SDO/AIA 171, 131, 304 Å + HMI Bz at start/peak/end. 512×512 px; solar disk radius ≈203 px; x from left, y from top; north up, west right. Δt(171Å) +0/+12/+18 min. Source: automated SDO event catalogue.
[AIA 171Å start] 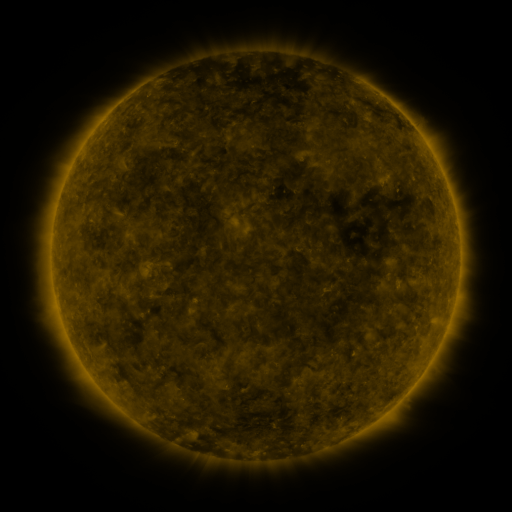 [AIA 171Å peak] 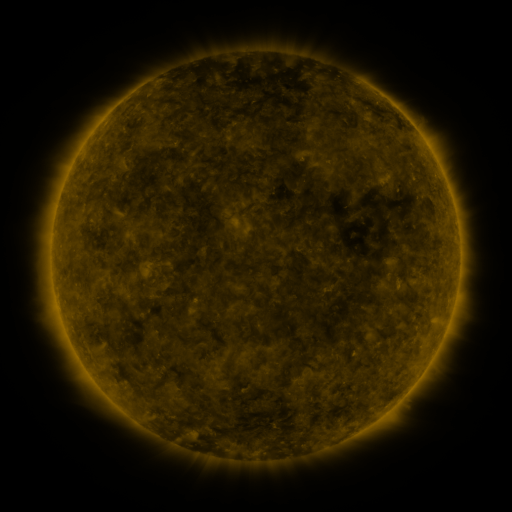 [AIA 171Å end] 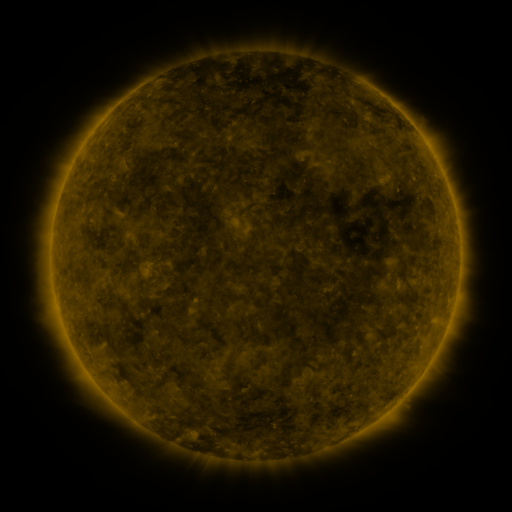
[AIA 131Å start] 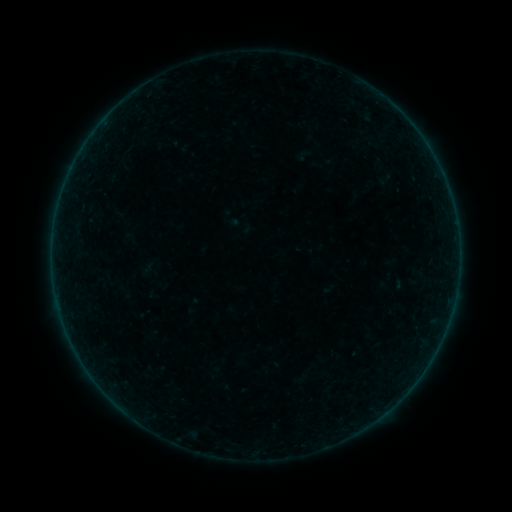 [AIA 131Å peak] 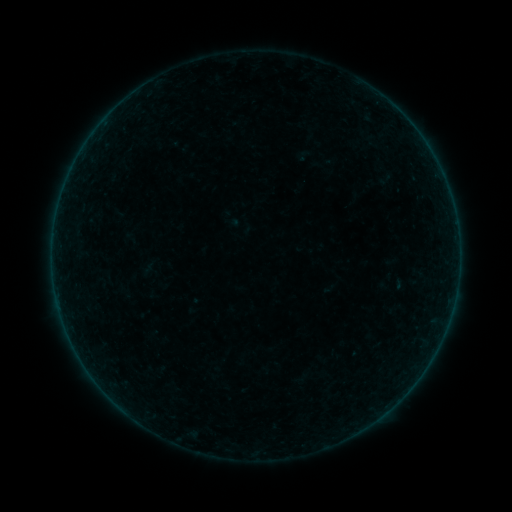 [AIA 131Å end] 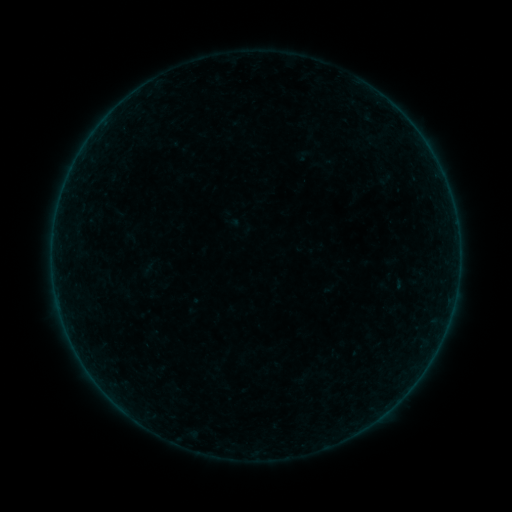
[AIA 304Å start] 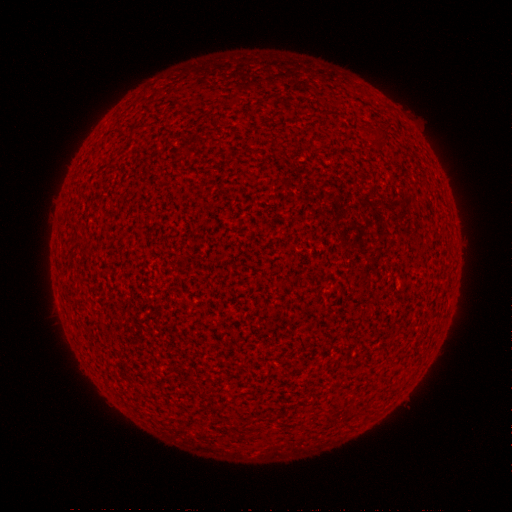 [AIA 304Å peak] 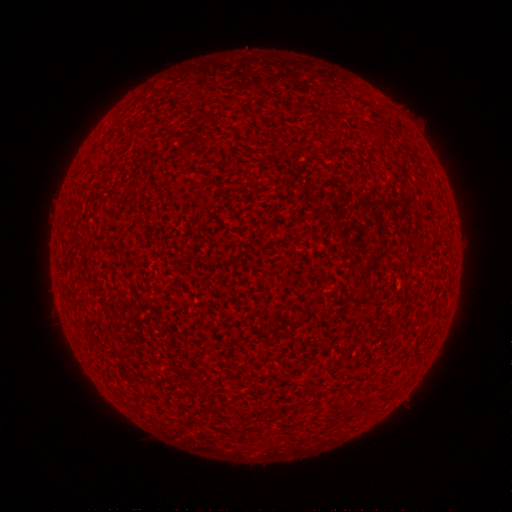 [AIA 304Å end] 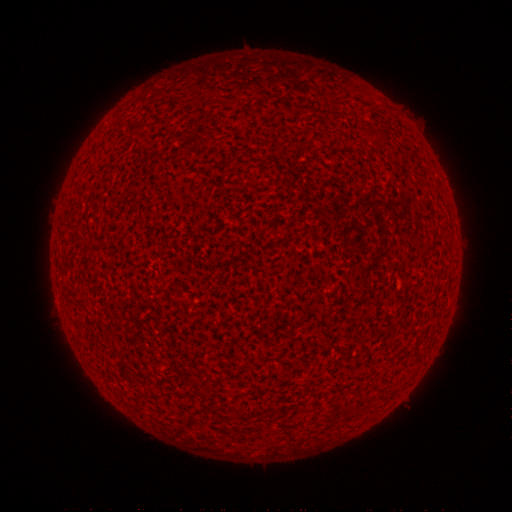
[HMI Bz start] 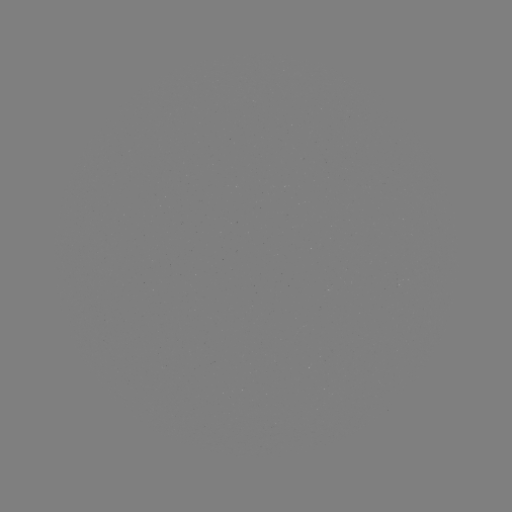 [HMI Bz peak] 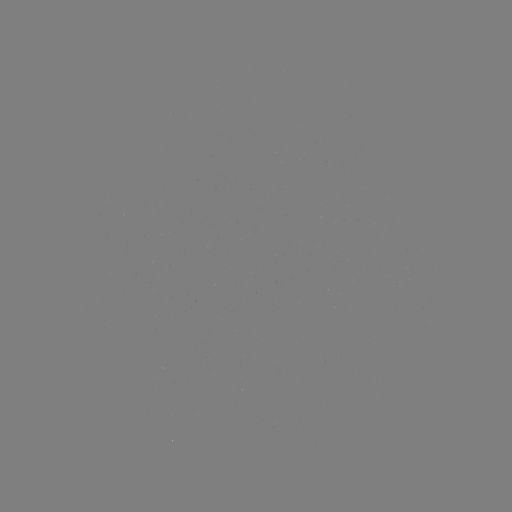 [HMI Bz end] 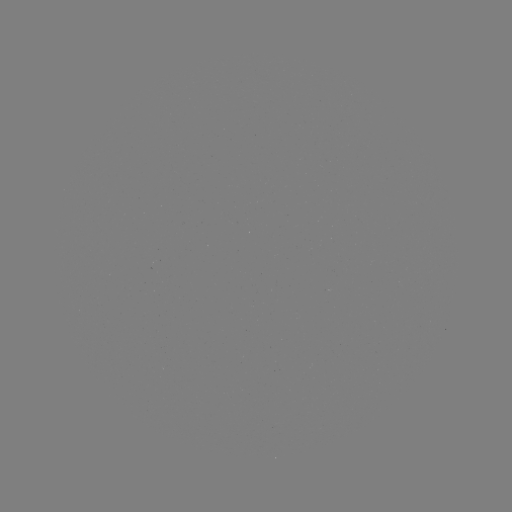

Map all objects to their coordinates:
A7.3 flare: (96, 381)
